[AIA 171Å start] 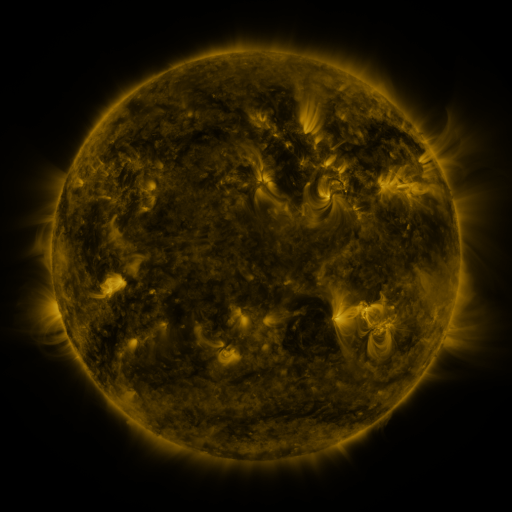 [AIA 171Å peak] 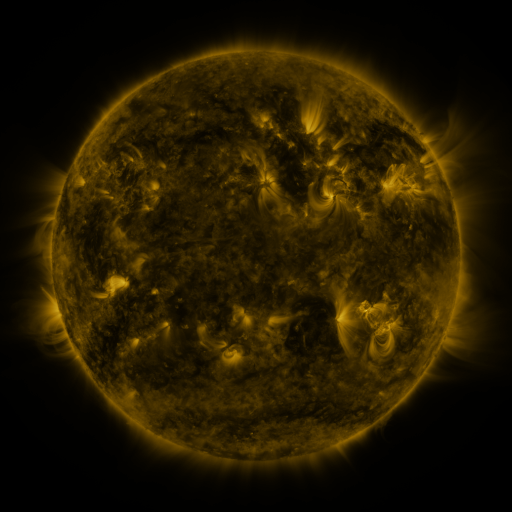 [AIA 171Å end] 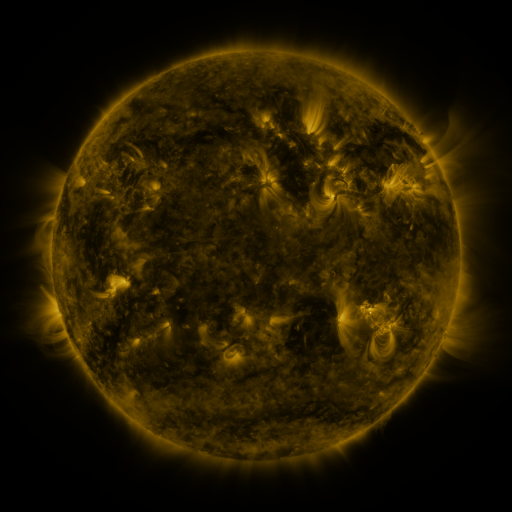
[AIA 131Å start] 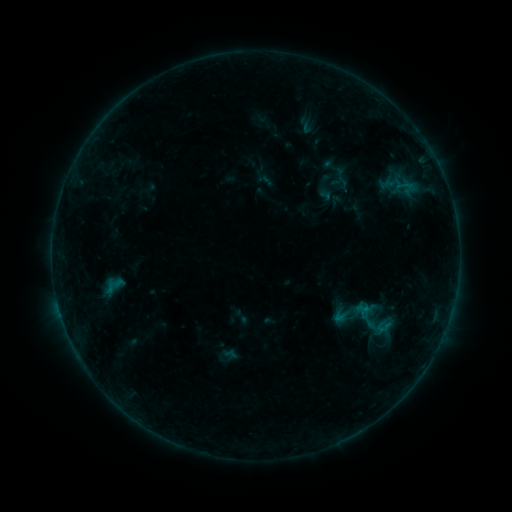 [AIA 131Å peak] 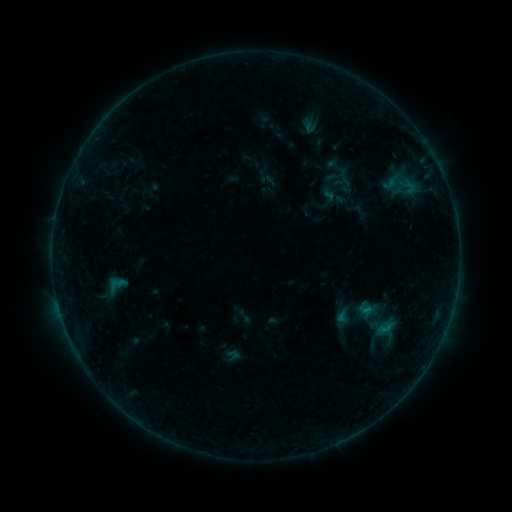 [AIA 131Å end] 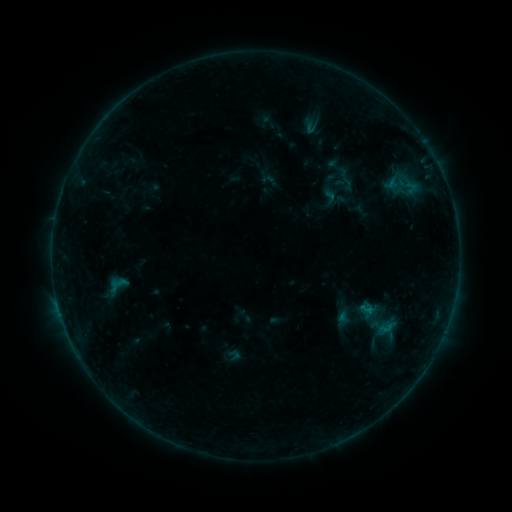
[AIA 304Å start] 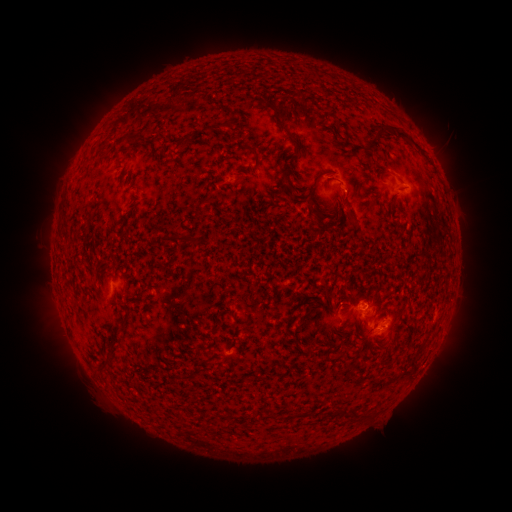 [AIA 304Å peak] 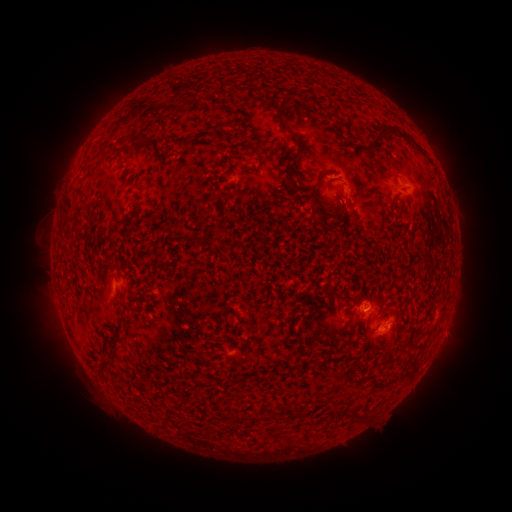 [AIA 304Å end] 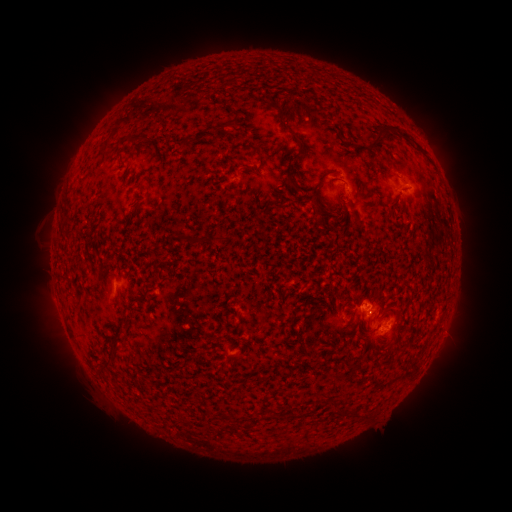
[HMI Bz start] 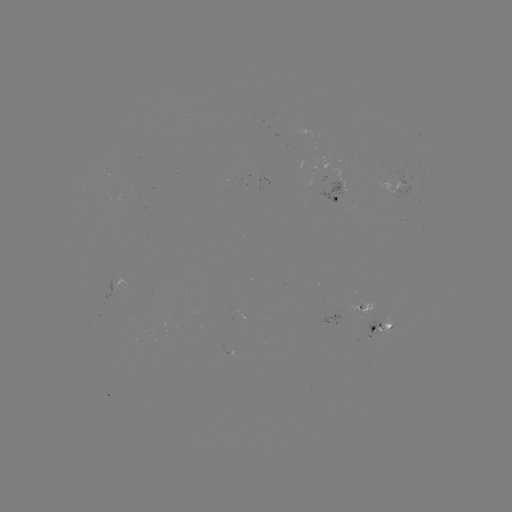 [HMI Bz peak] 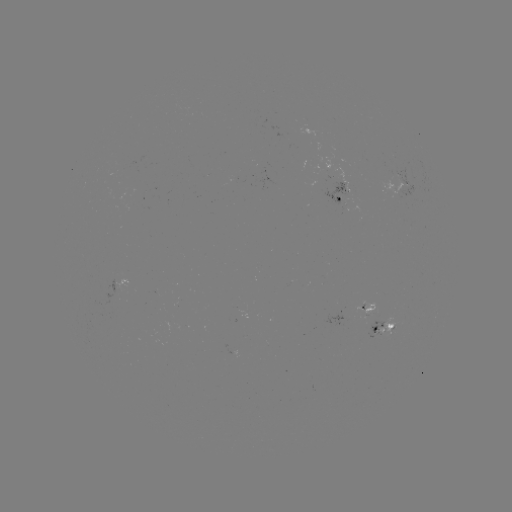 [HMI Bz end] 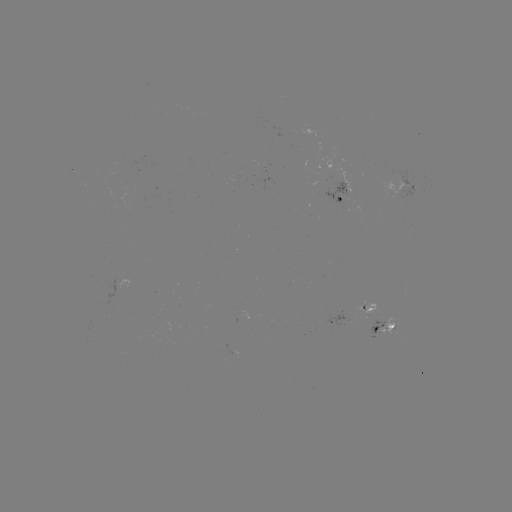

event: emerging-flux region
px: (120, 166)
